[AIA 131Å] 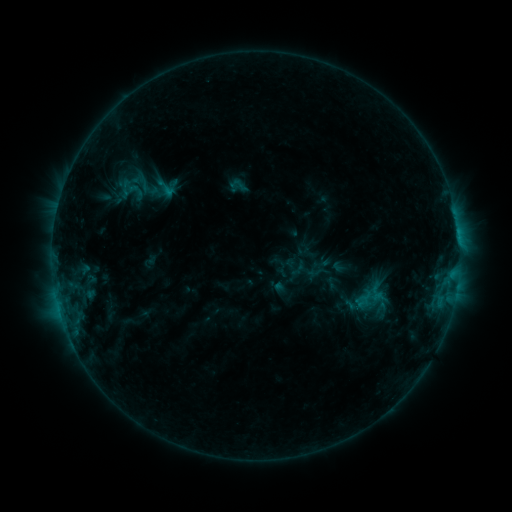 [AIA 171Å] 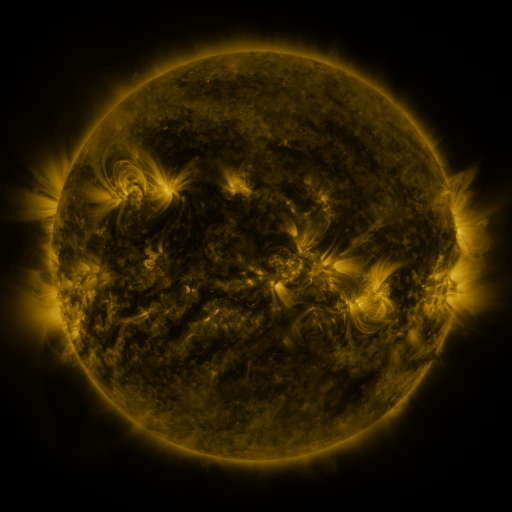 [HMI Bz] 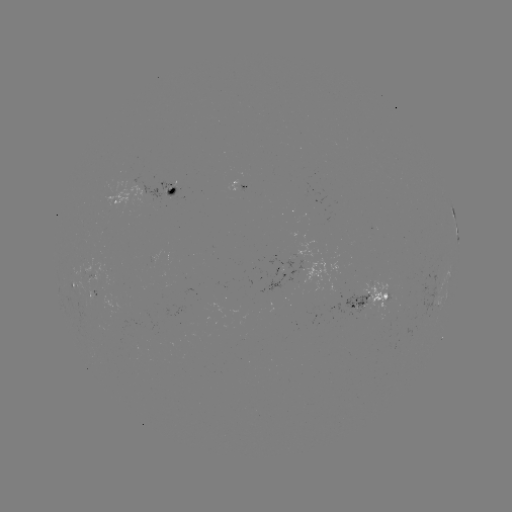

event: sigmoid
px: (135, 190)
